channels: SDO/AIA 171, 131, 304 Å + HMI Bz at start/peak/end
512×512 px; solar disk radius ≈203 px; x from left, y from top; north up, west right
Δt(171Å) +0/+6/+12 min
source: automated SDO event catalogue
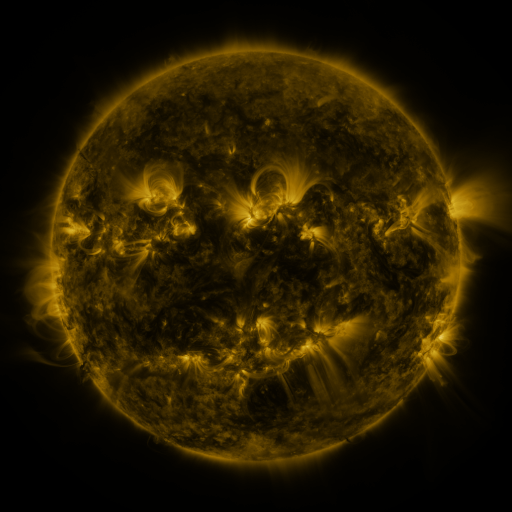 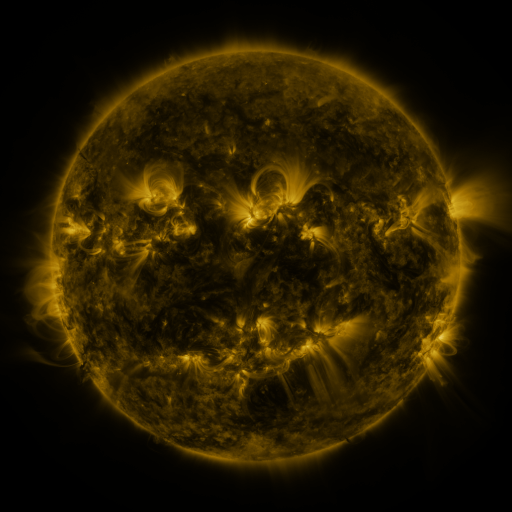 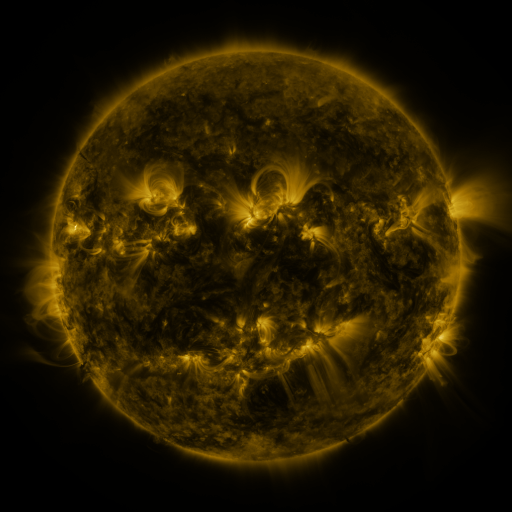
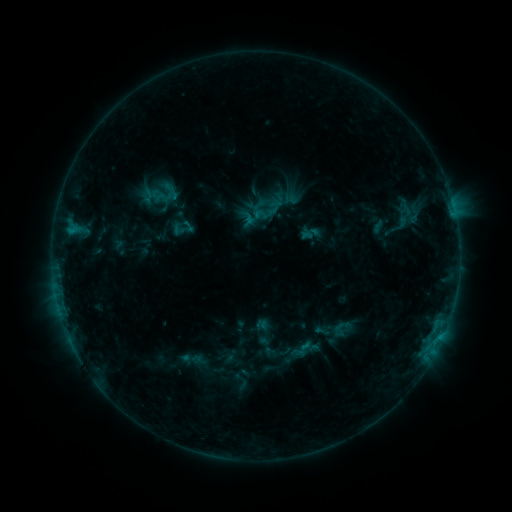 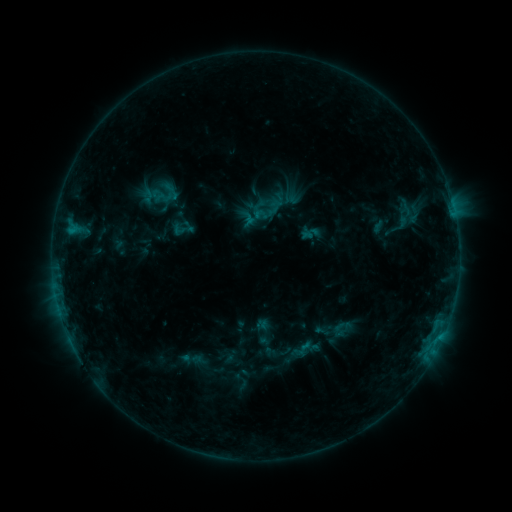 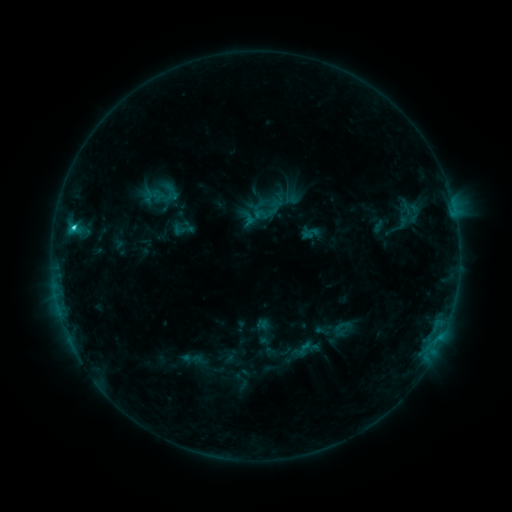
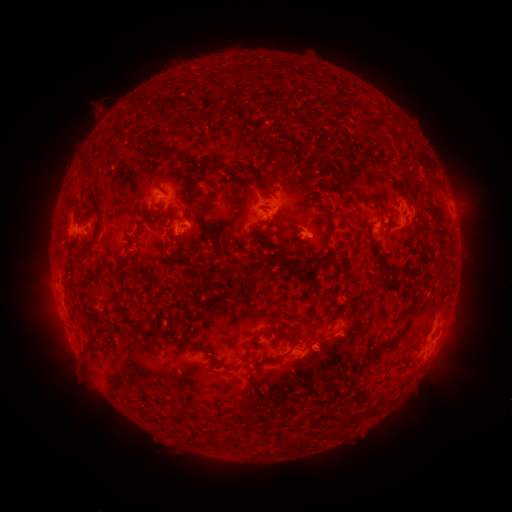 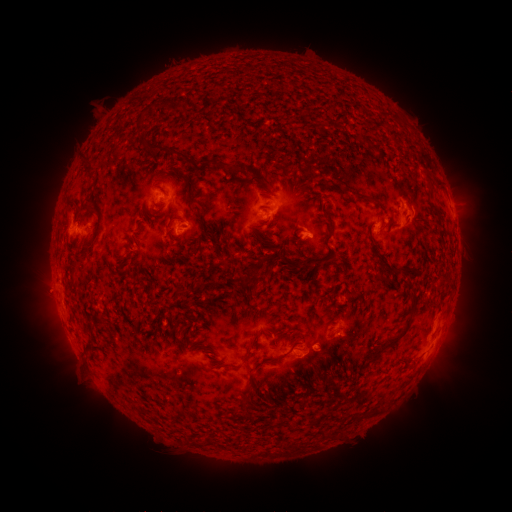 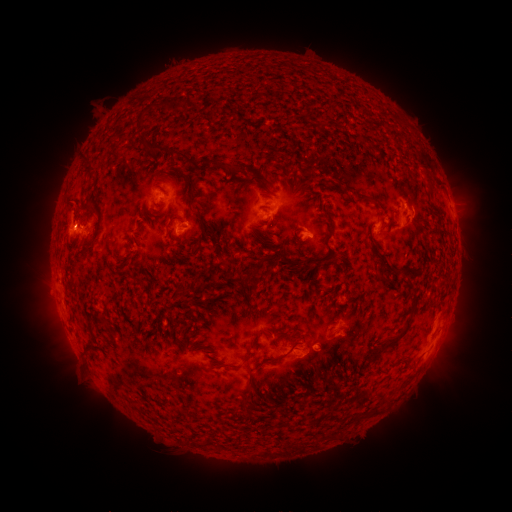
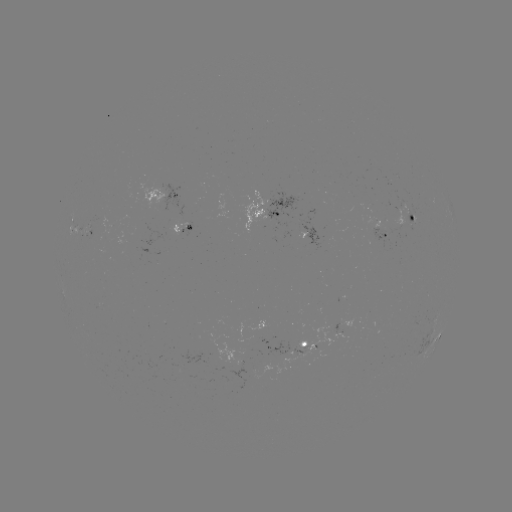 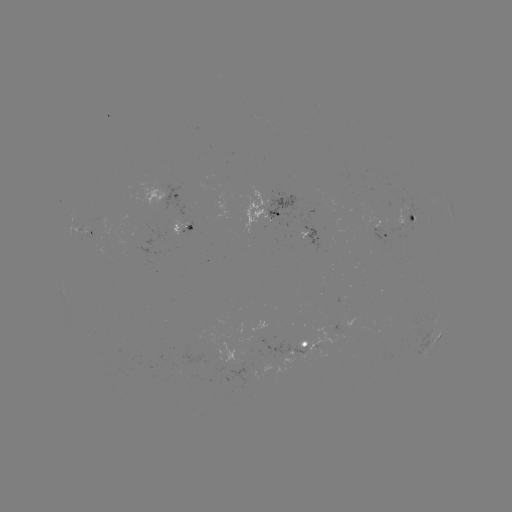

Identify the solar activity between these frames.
eruption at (74, 214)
